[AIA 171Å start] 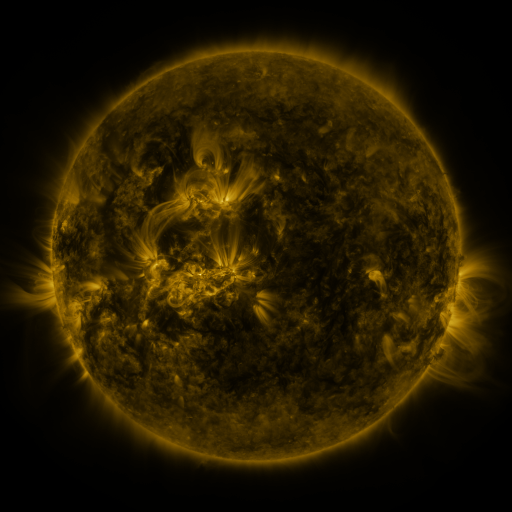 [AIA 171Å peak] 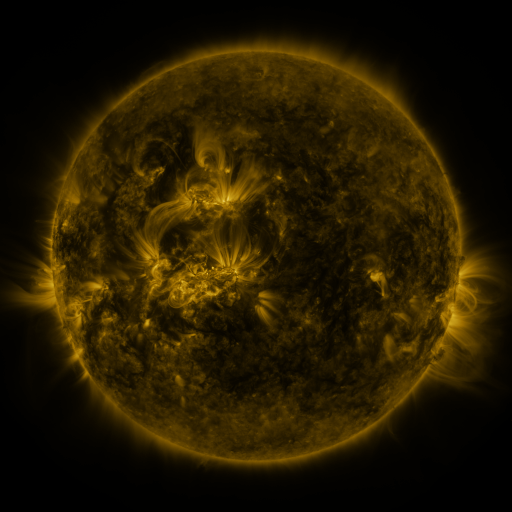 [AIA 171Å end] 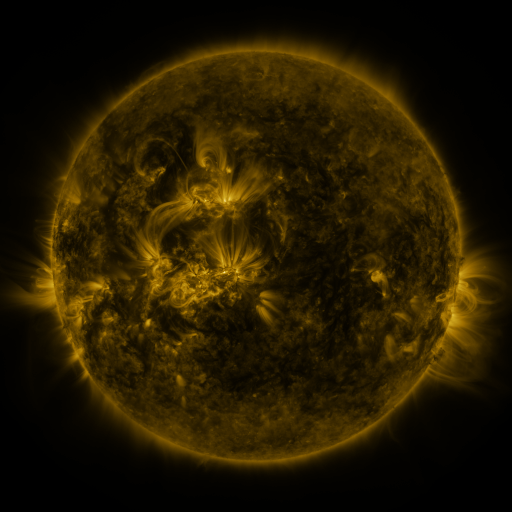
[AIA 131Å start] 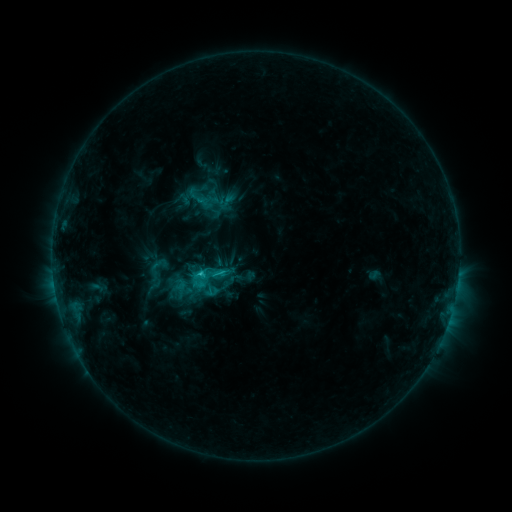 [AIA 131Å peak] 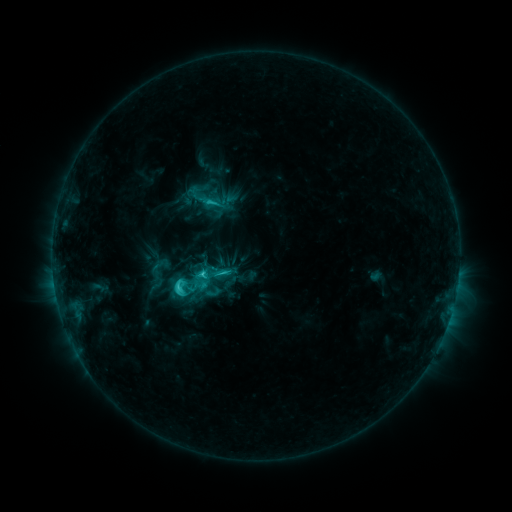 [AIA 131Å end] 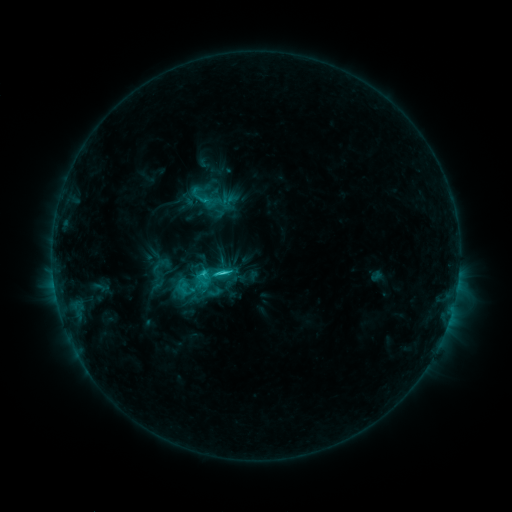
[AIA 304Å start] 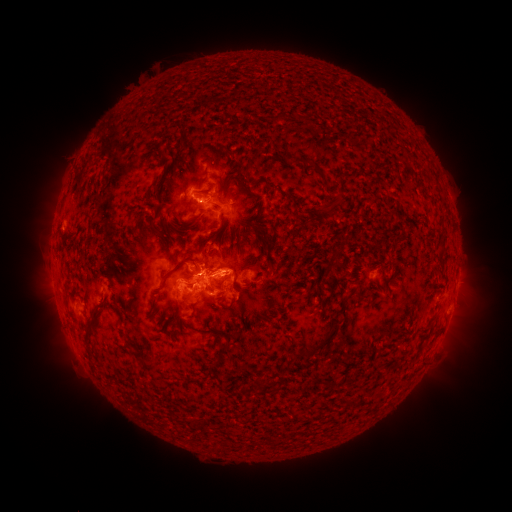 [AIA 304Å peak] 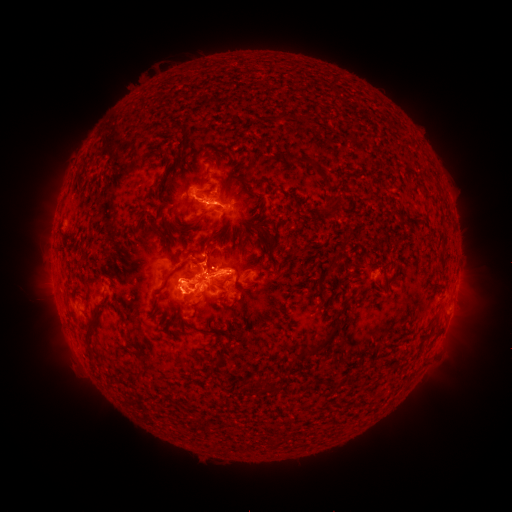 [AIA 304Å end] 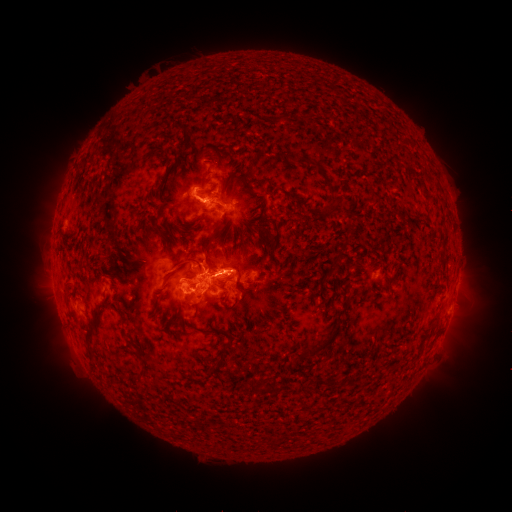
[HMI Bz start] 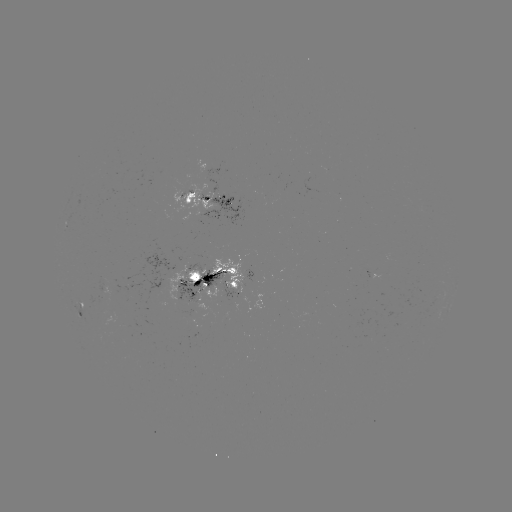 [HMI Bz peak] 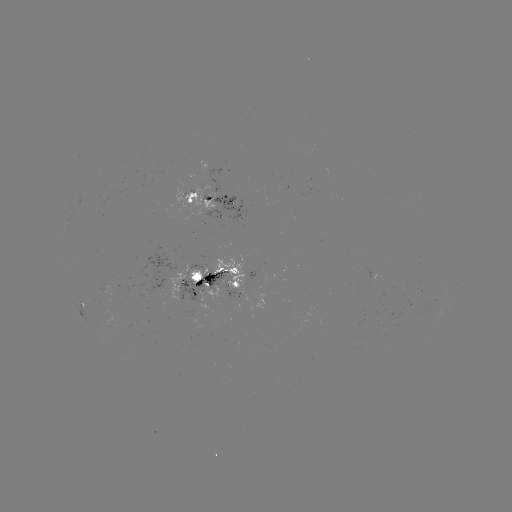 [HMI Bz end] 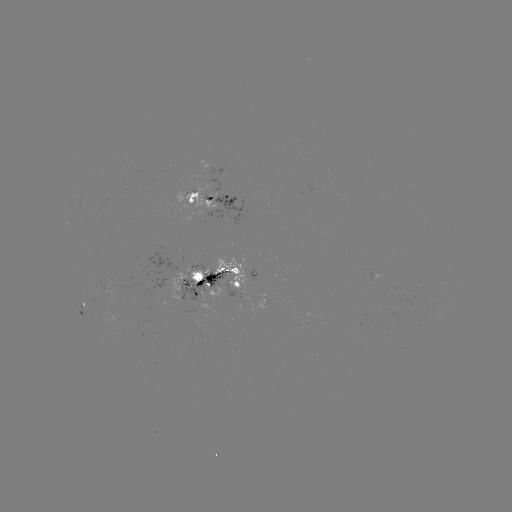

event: emerging-flux region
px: (188, 316)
